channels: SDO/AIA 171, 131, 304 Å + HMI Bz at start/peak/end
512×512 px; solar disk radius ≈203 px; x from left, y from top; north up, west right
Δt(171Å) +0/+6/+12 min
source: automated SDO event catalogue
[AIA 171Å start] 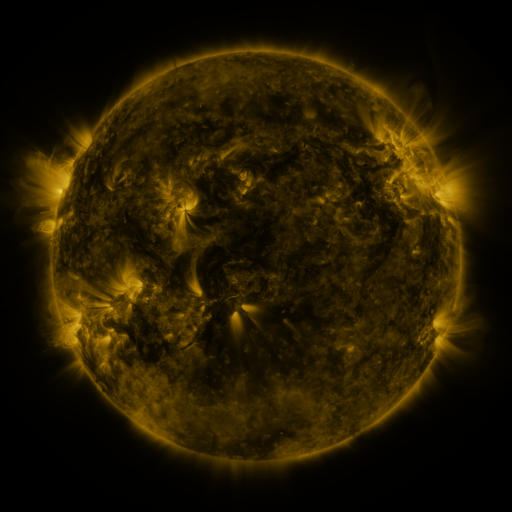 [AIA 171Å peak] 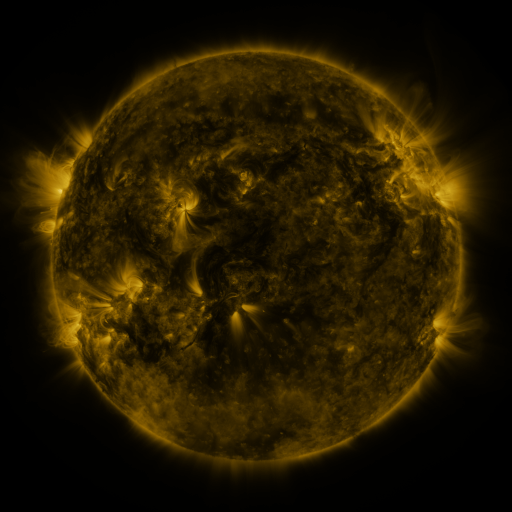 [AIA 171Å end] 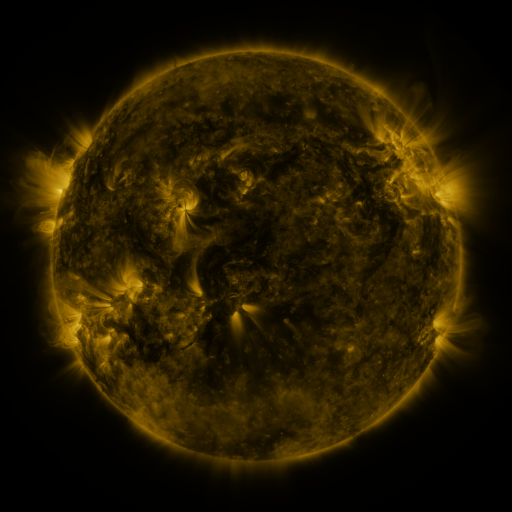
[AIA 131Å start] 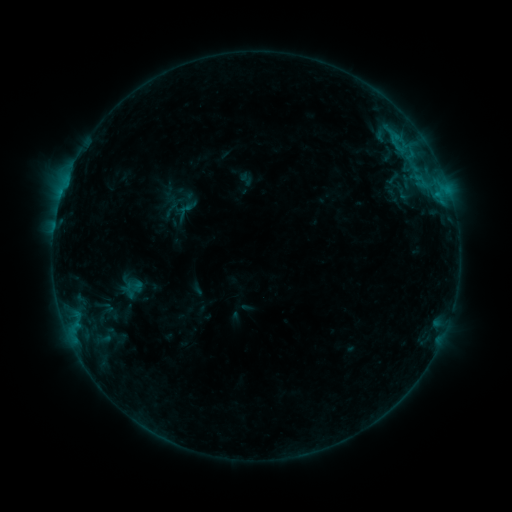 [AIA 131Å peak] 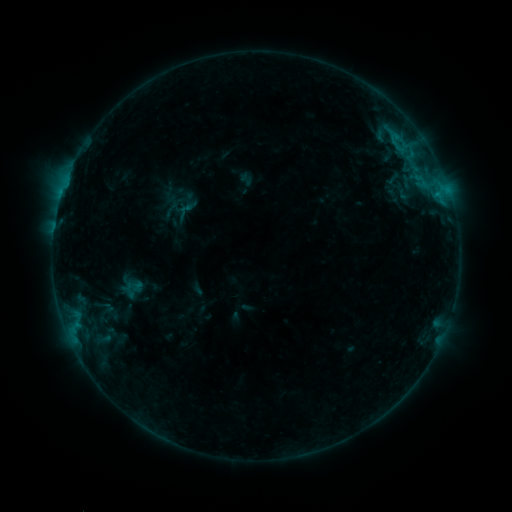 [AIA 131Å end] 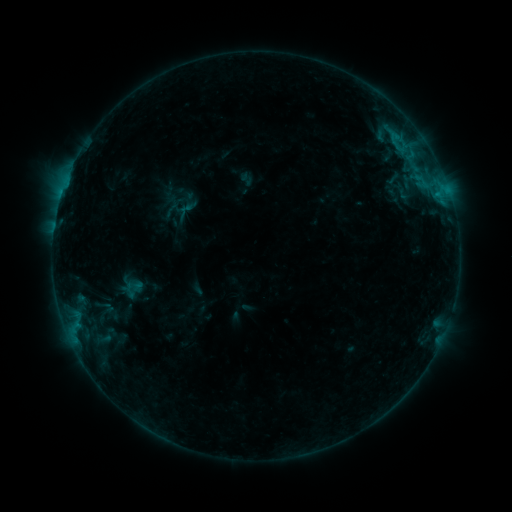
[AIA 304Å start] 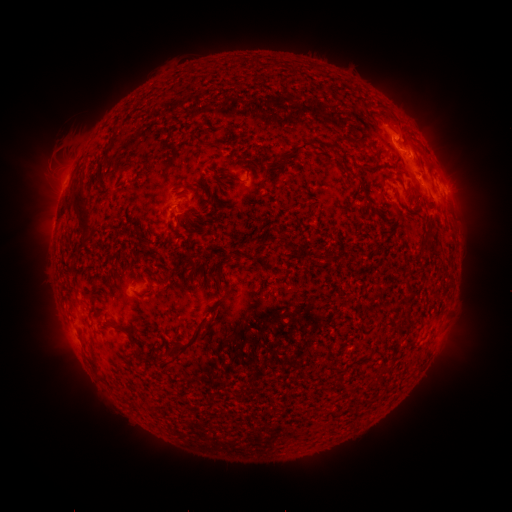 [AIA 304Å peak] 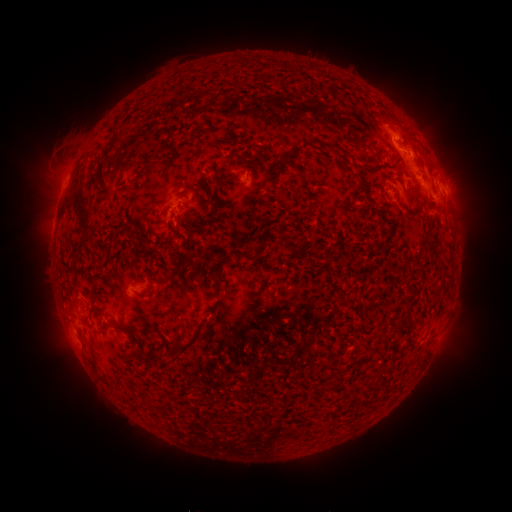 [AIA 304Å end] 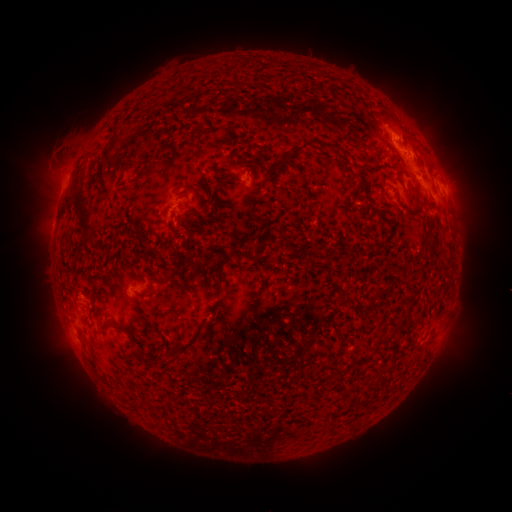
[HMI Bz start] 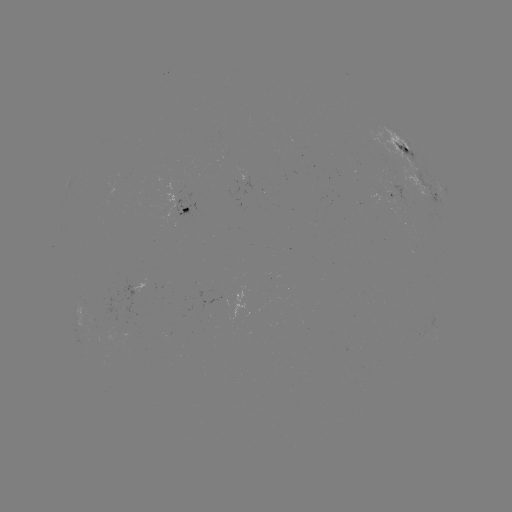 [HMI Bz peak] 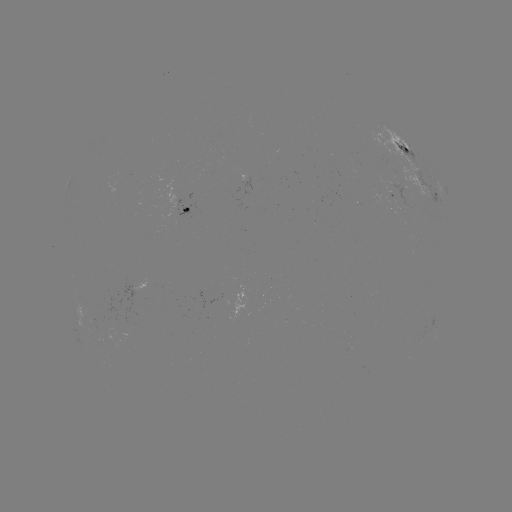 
no flare in any classed list; no EUV-trigger detection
